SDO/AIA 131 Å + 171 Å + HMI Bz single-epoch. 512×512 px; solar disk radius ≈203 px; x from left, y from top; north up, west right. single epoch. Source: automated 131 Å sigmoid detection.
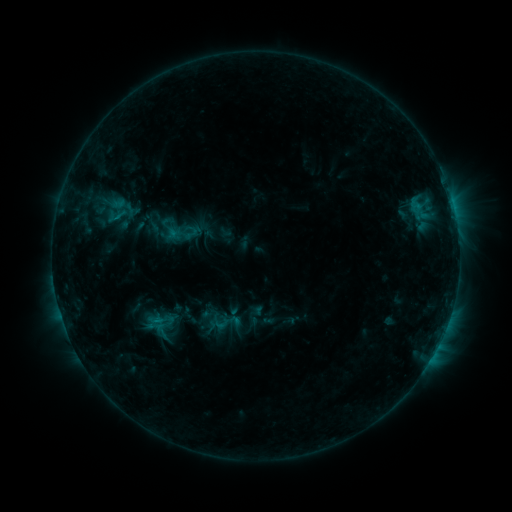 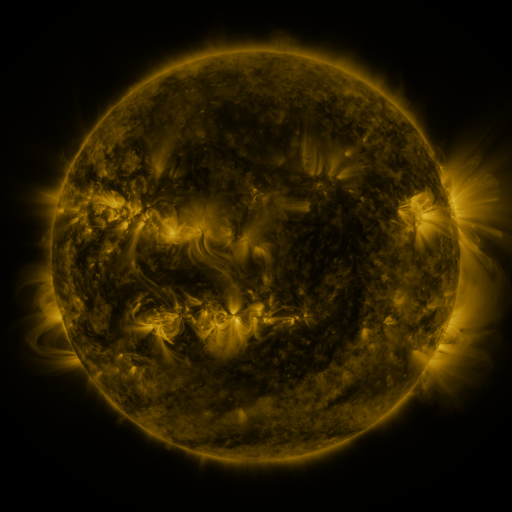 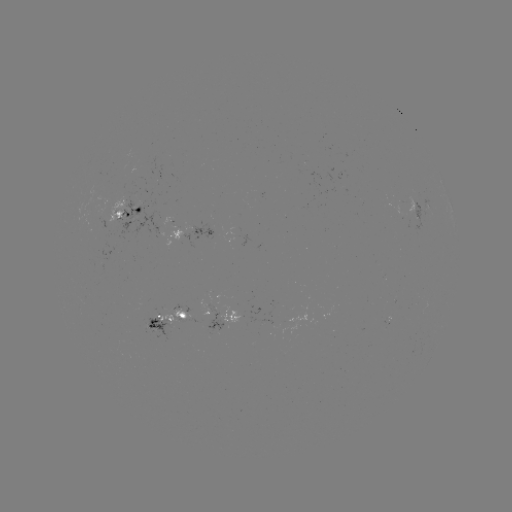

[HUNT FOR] sigmoid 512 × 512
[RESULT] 222,324